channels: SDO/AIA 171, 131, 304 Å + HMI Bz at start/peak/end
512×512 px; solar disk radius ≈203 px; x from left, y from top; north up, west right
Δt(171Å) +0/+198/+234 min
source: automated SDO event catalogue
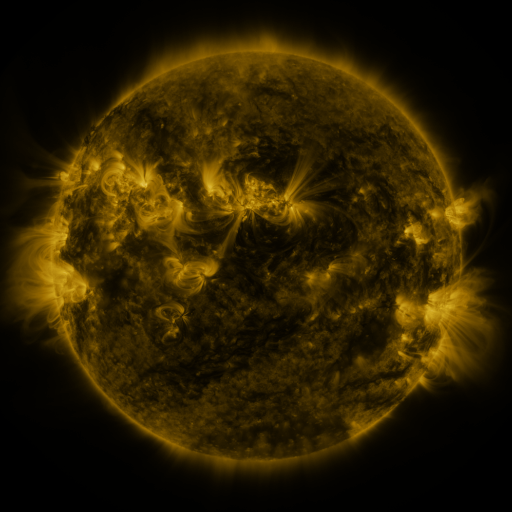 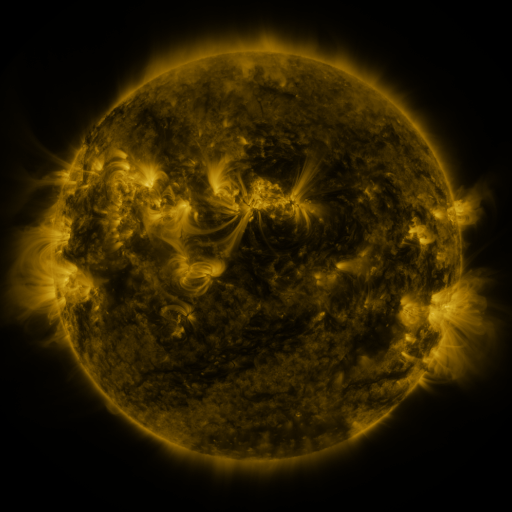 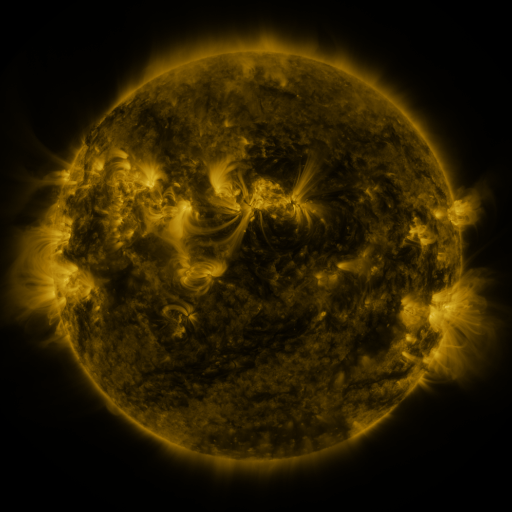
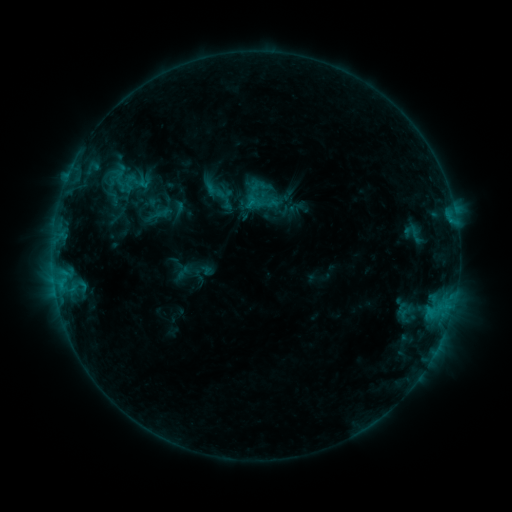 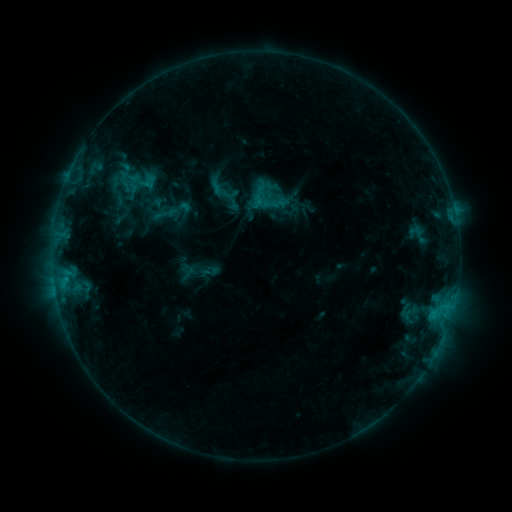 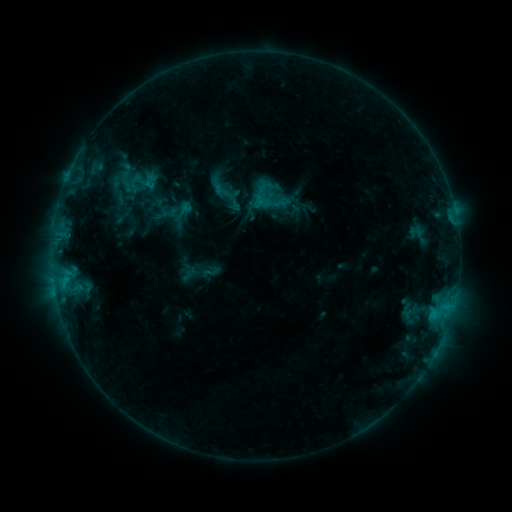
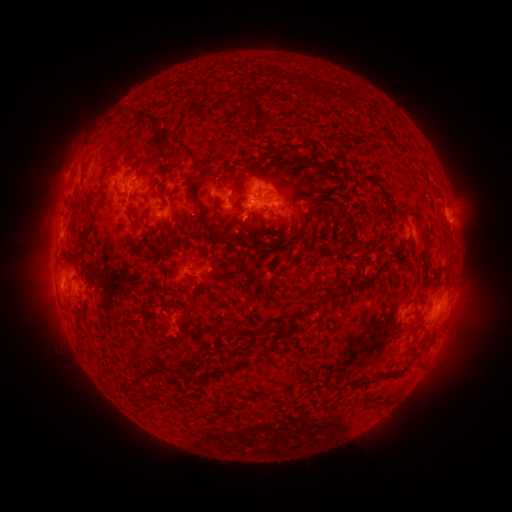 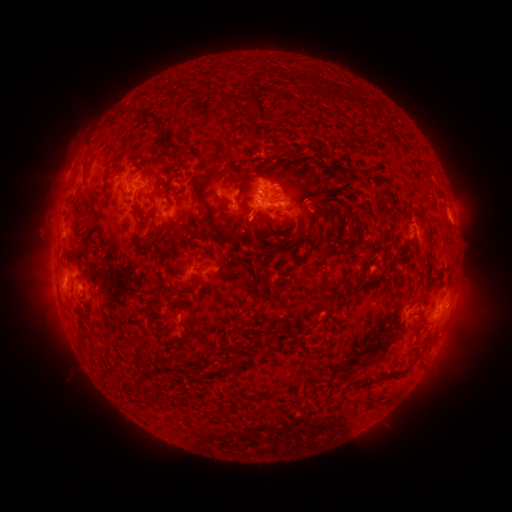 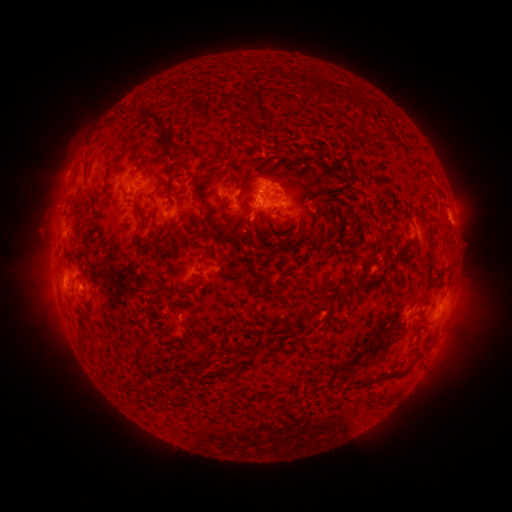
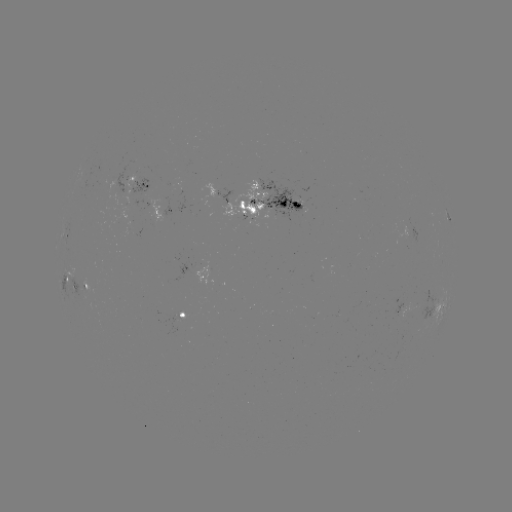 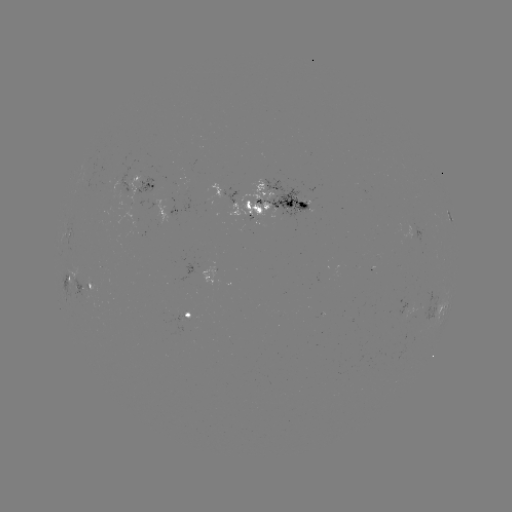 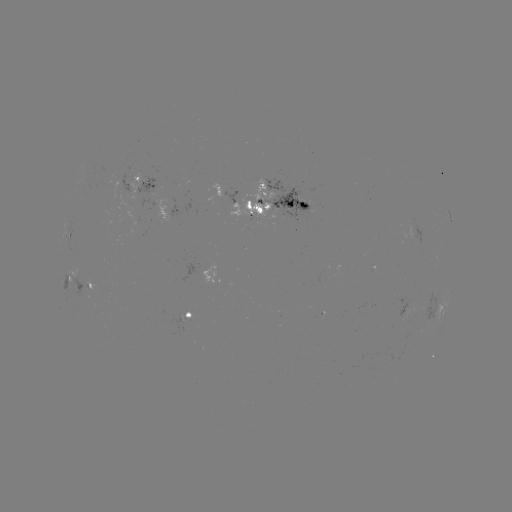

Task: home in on emerging-flux region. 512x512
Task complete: [87, 290].